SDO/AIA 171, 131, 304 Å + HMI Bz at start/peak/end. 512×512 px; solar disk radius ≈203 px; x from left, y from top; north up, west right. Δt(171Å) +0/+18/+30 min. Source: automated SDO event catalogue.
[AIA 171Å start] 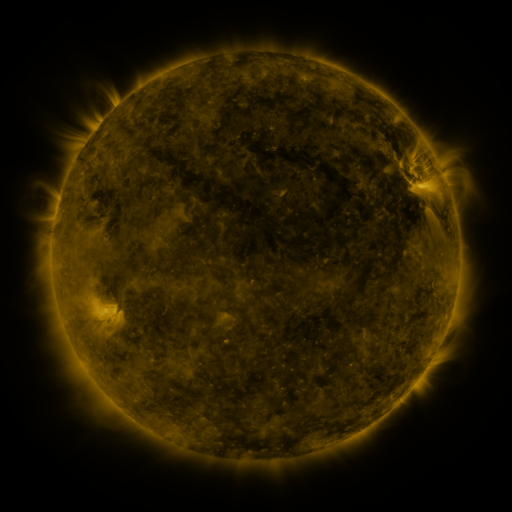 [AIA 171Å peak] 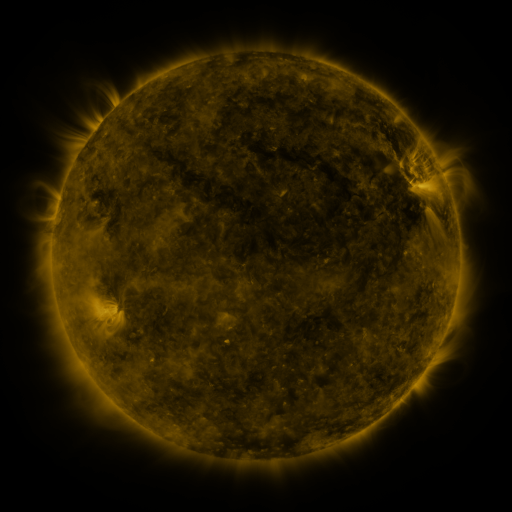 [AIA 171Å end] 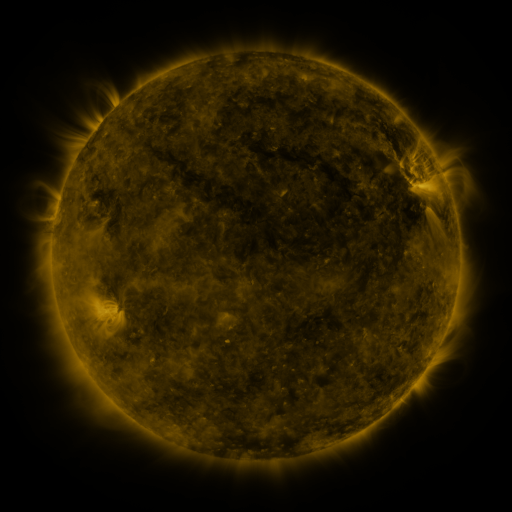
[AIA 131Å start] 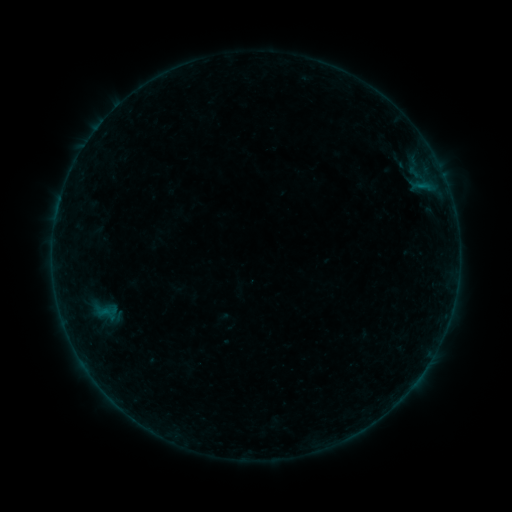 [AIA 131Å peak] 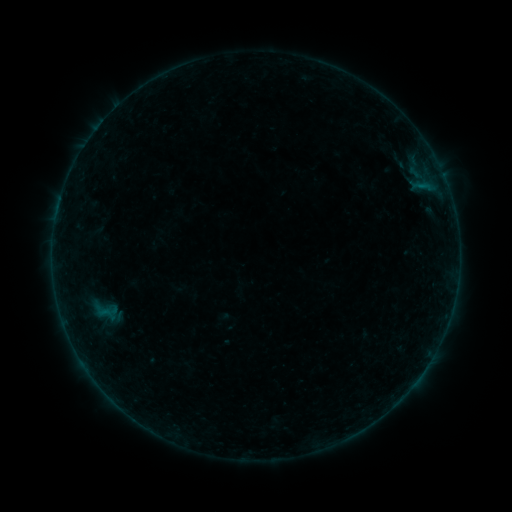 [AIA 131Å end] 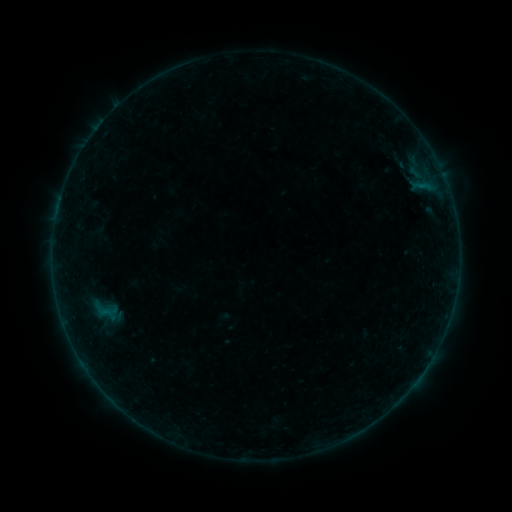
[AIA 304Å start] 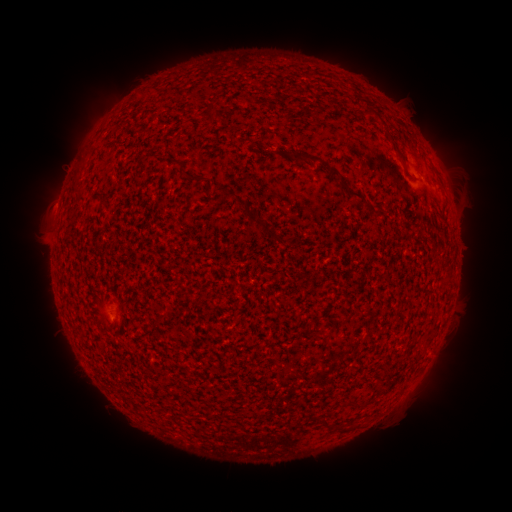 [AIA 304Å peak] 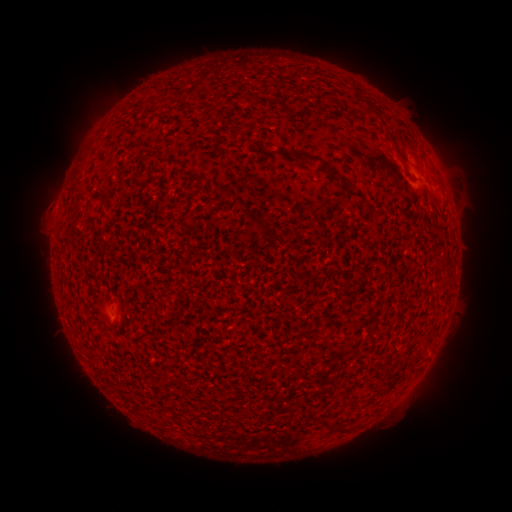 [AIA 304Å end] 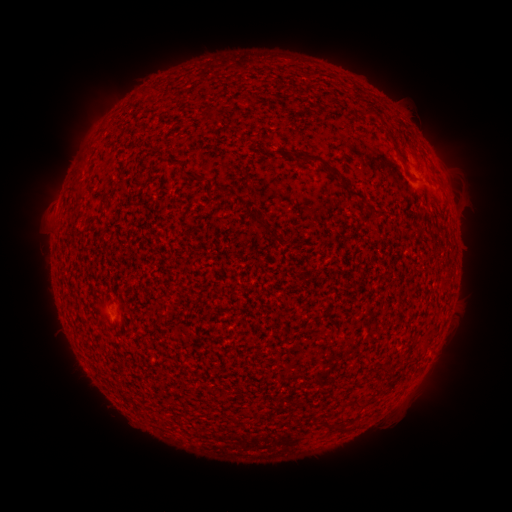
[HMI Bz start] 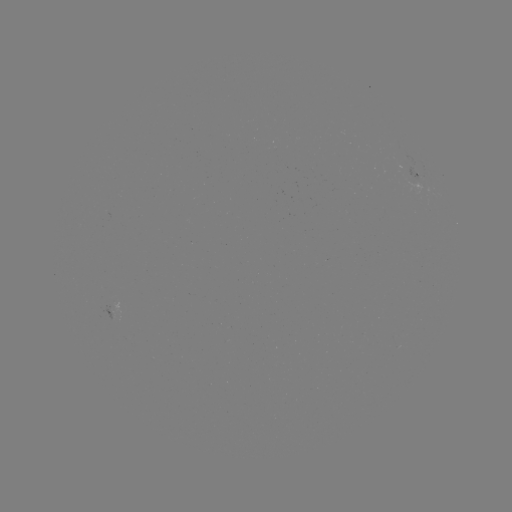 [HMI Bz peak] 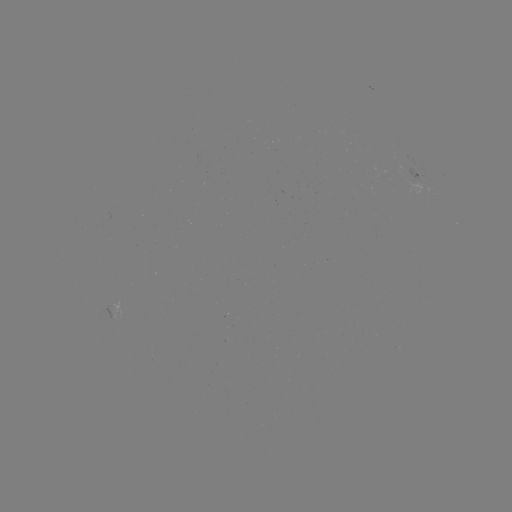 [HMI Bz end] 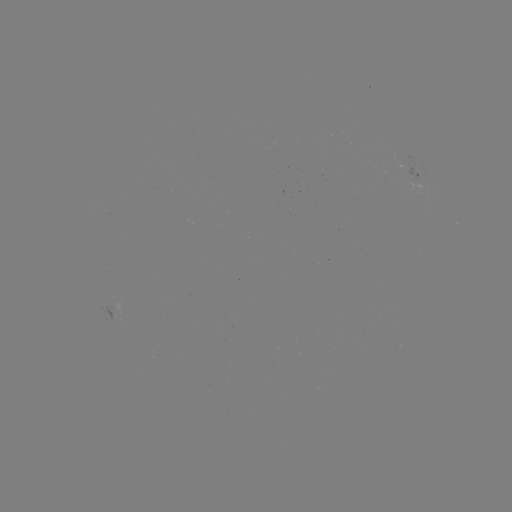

no flare in any classed list; no EUV-trigger detection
